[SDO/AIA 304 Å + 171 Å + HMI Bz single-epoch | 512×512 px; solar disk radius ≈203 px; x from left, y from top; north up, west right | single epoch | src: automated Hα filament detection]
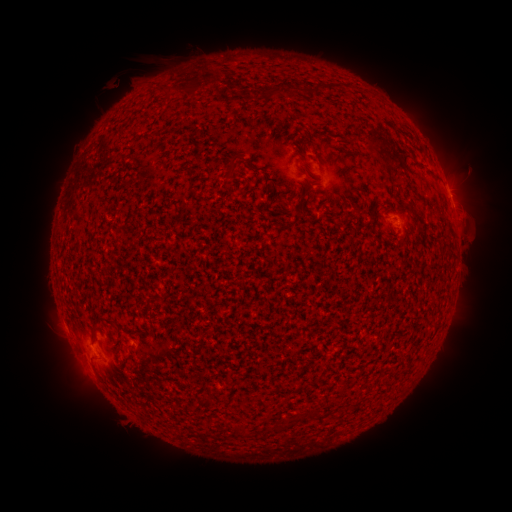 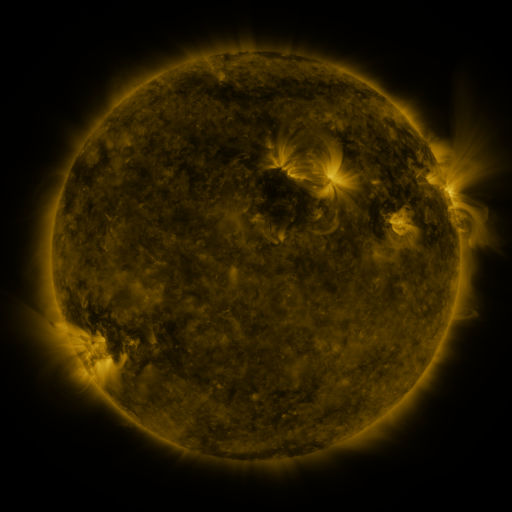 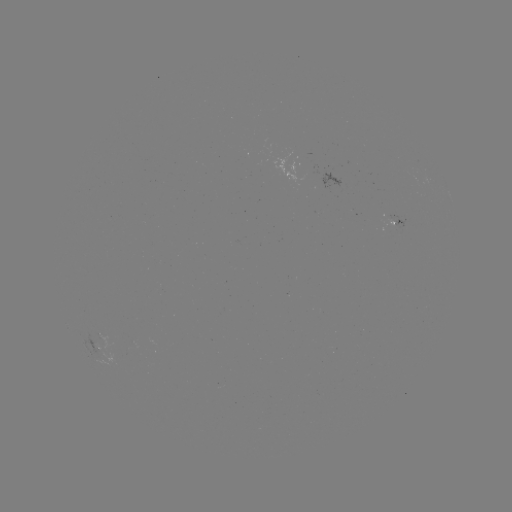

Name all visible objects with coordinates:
filament: (331, 88)
filament: (319, 89)
filament: (307, 92)
filament: (385, 161)
filament: (252, 167)
filament: (232, 172)
filament: (77, 211)
filament: (94, 325)
